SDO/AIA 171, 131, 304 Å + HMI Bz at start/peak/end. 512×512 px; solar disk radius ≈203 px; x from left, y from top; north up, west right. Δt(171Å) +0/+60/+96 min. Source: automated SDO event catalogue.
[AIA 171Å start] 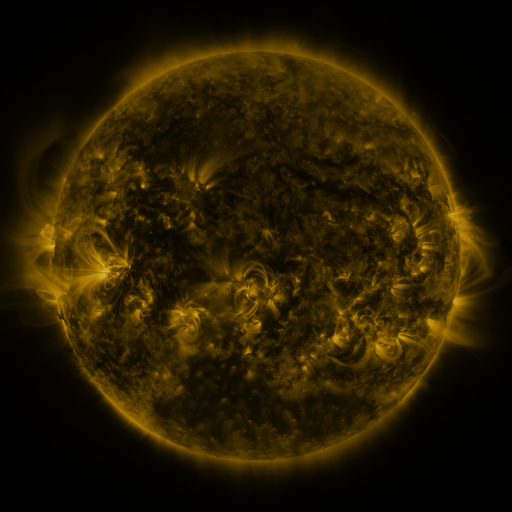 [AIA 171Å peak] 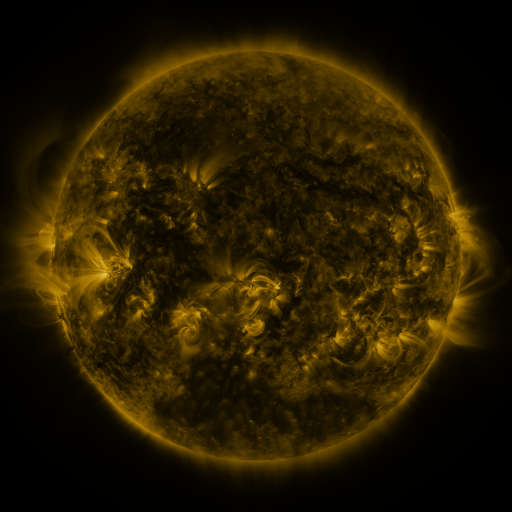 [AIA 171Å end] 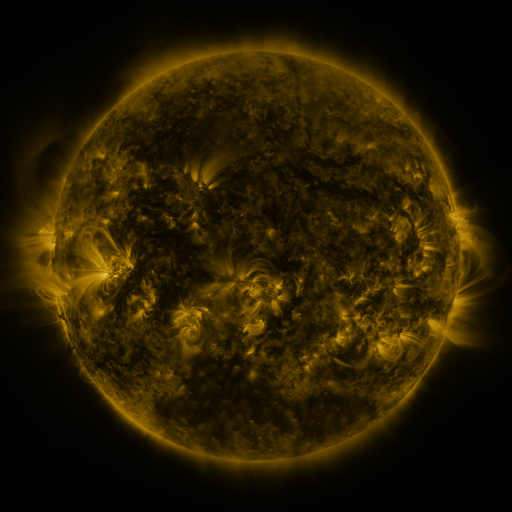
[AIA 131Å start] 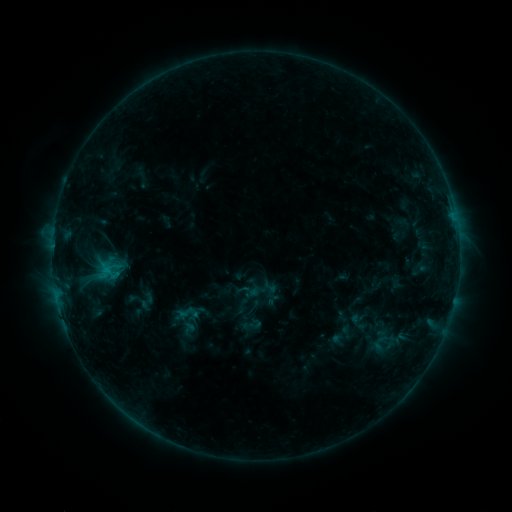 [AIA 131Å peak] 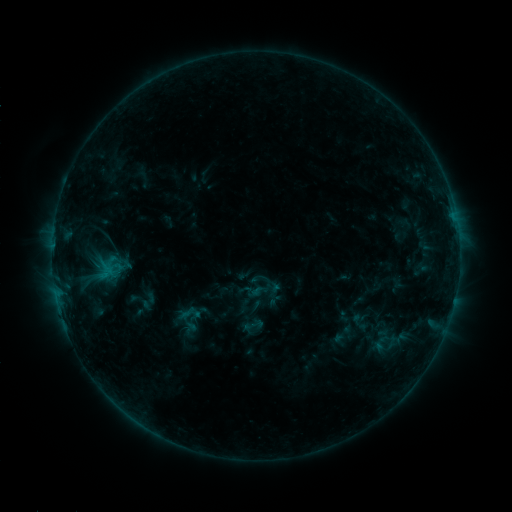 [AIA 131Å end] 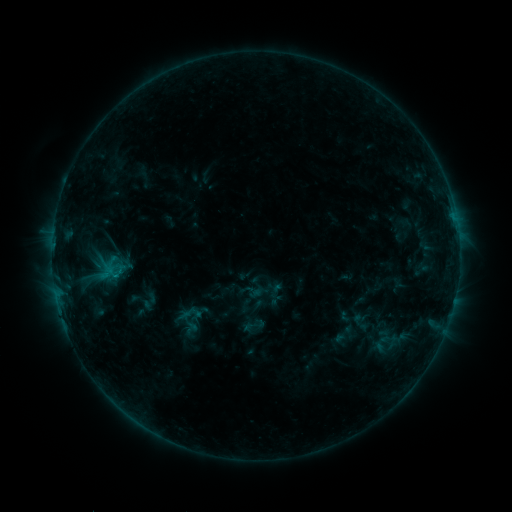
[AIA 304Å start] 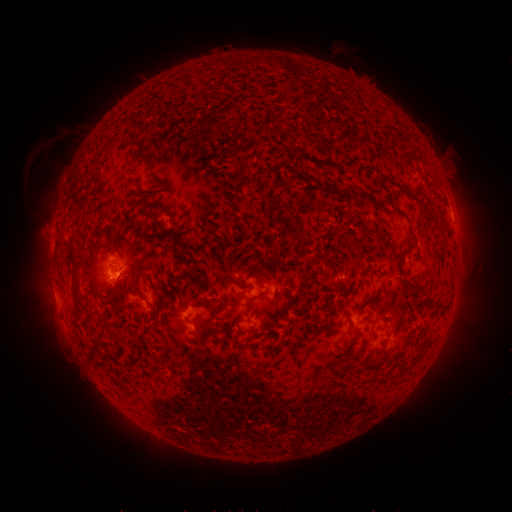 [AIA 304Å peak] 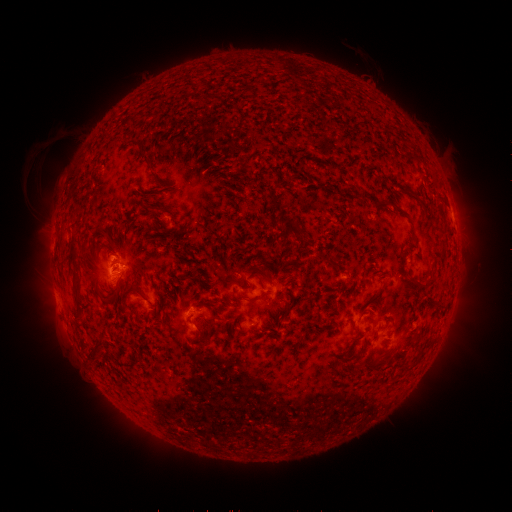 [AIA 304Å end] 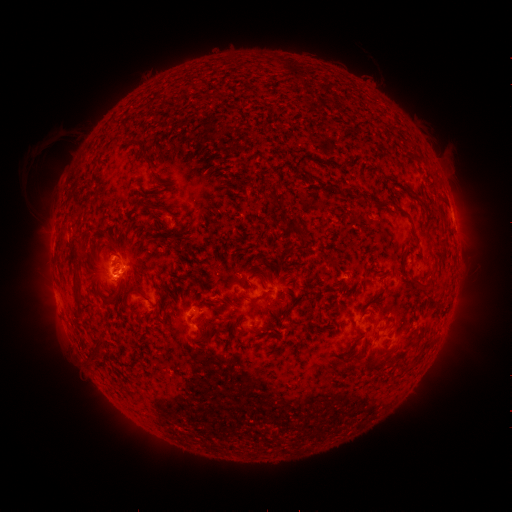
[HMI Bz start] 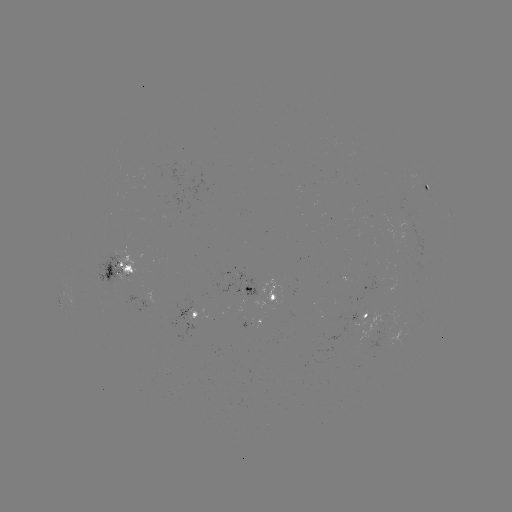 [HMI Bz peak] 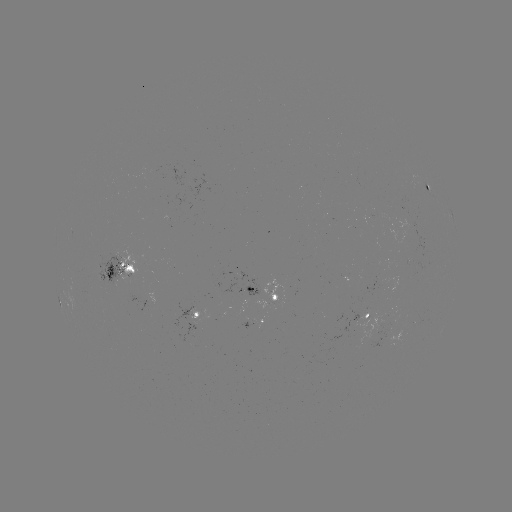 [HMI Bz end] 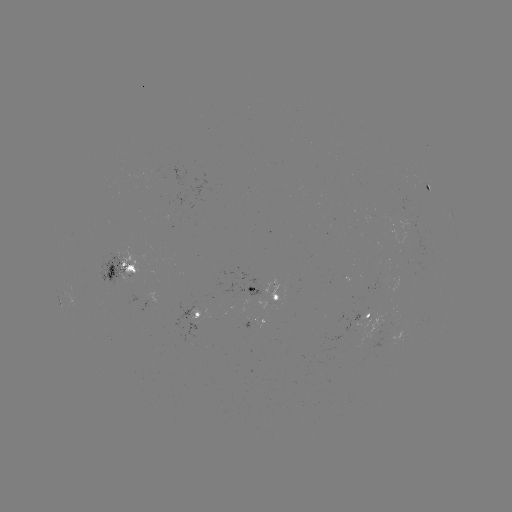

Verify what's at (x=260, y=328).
emerging-flux region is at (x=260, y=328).